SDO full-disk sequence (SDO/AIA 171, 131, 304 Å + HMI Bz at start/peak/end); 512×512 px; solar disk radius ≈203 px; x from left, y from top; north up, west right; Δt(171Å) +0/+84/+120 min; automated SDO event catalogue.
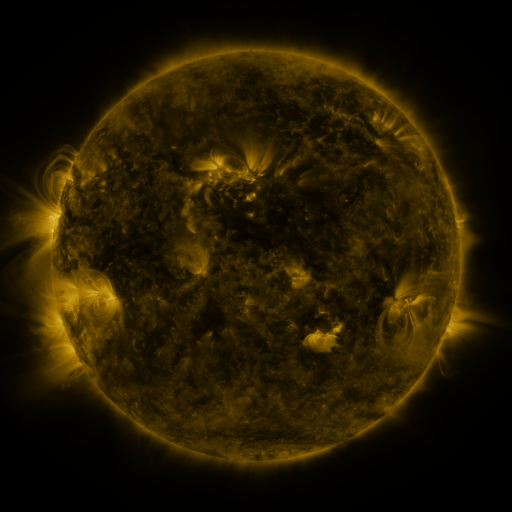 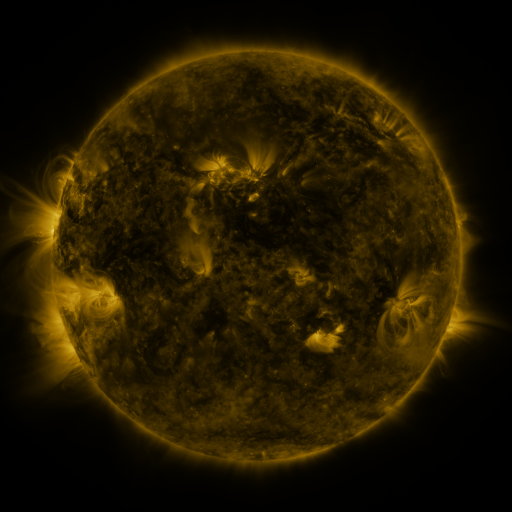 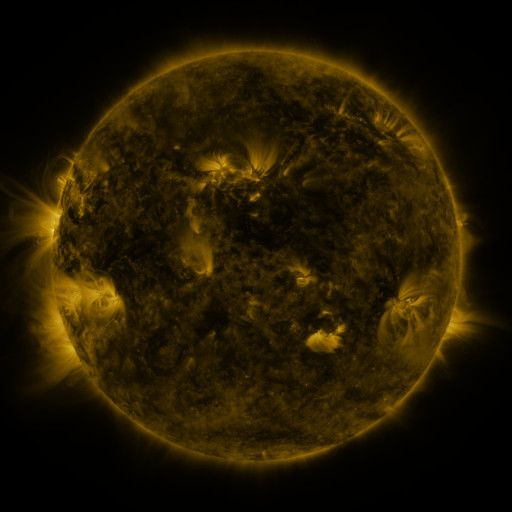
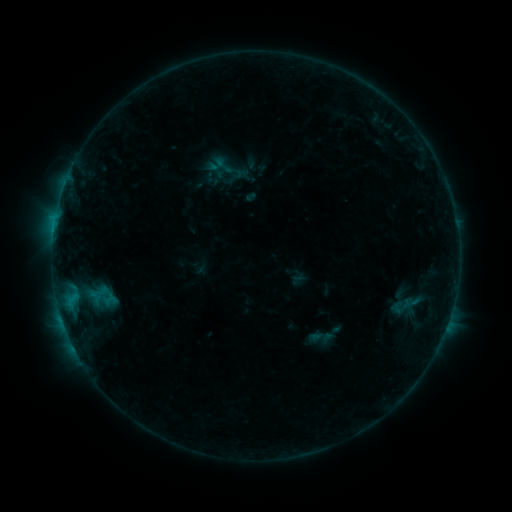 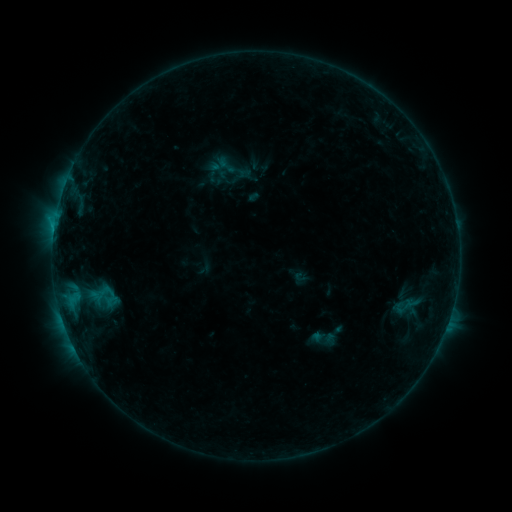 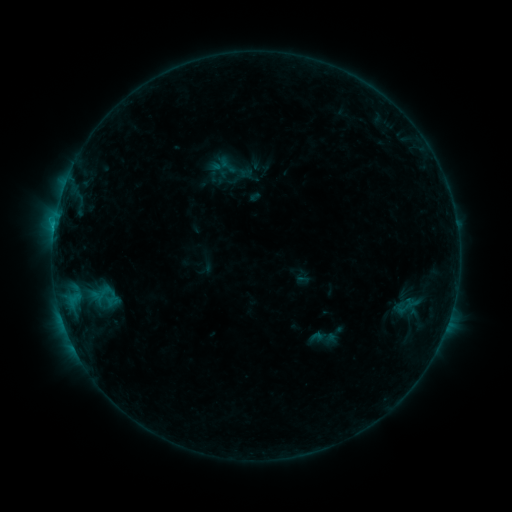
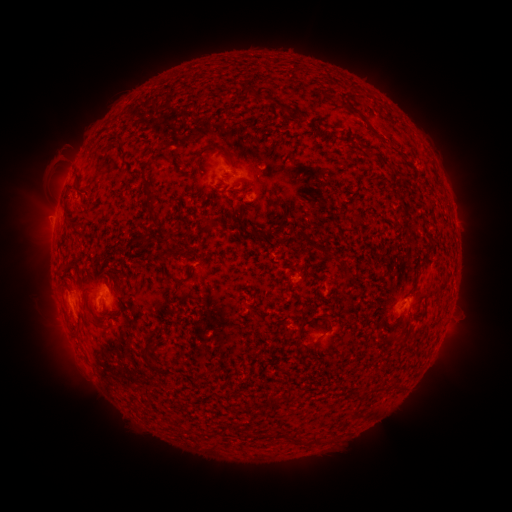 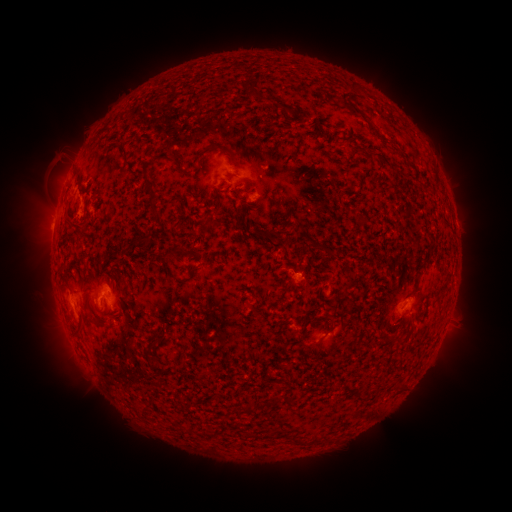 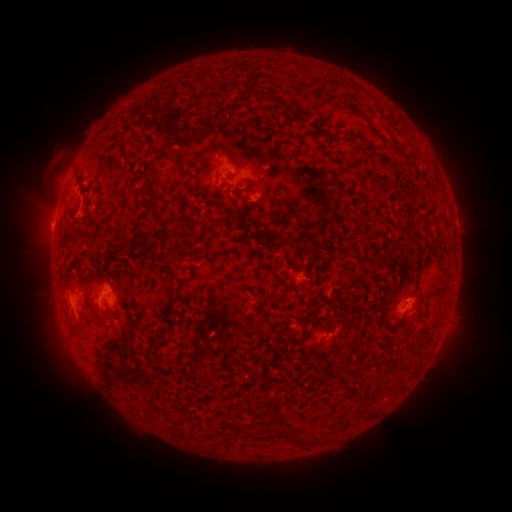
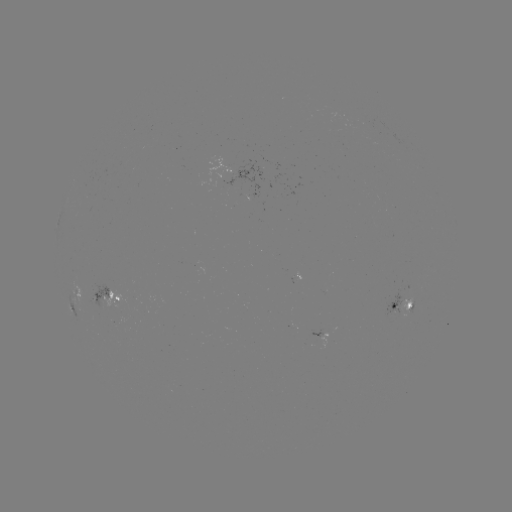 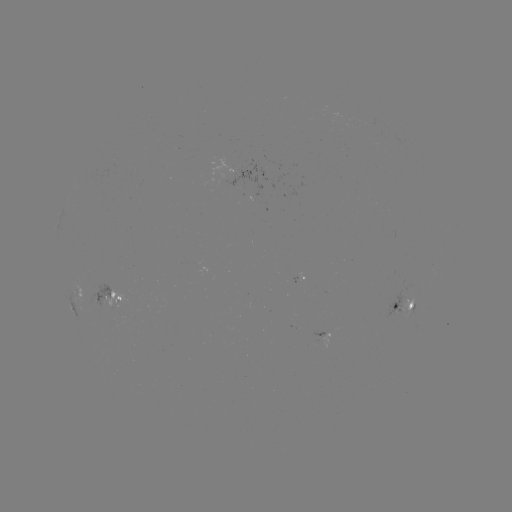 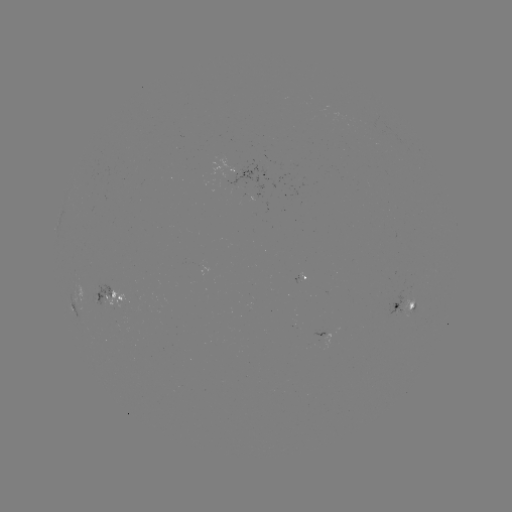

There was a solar emerging-flux region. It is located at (103, 301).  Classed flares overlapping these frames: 2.